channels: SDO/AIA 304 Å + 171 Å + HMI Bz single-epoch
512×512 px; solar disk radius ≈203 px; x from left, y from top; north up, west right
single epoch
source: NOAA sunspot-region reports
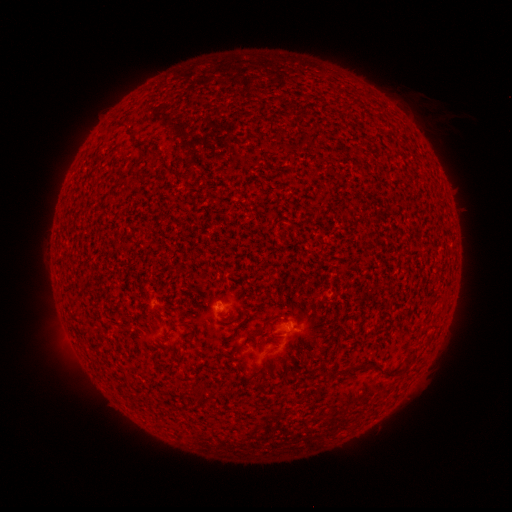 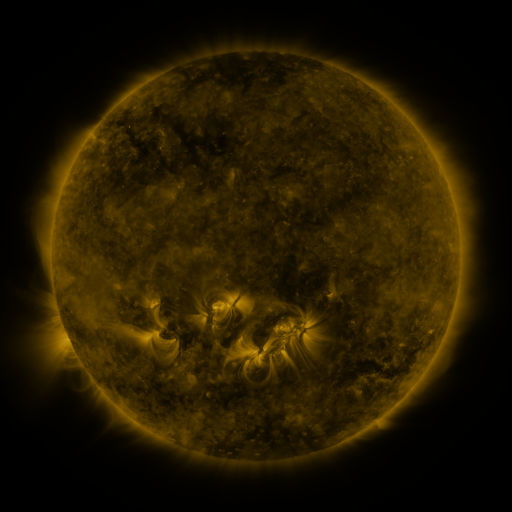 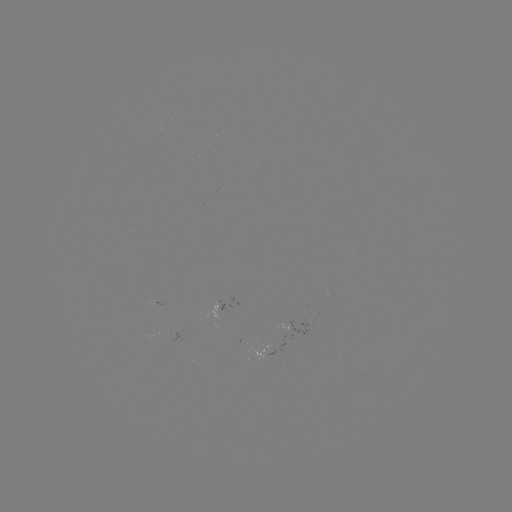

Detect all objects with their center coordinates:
(none)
